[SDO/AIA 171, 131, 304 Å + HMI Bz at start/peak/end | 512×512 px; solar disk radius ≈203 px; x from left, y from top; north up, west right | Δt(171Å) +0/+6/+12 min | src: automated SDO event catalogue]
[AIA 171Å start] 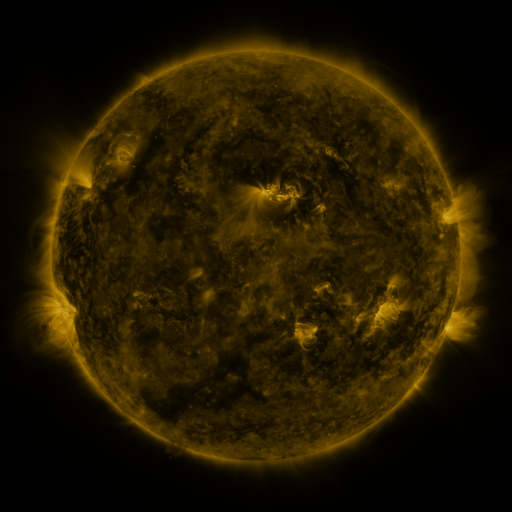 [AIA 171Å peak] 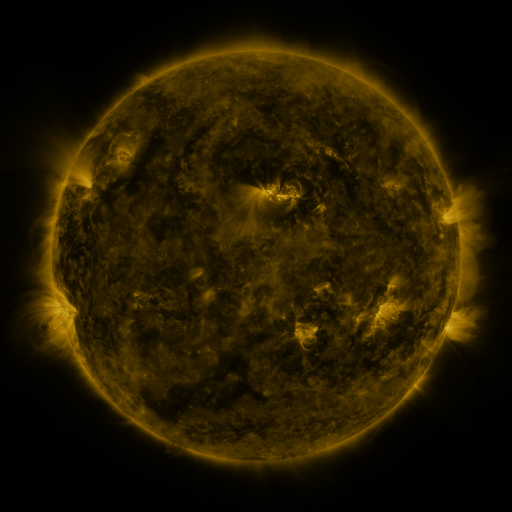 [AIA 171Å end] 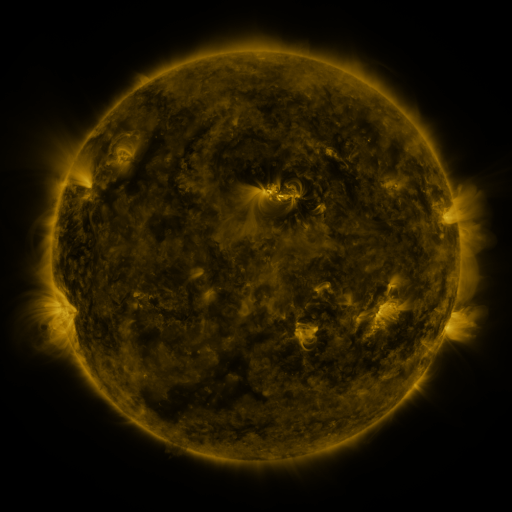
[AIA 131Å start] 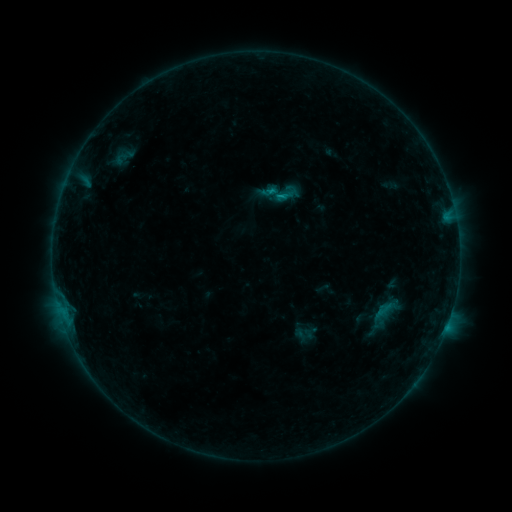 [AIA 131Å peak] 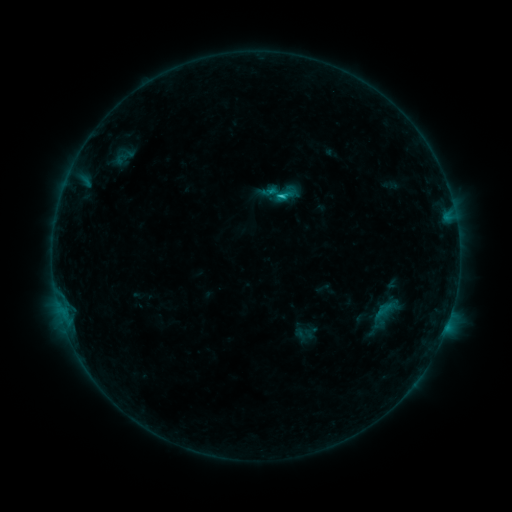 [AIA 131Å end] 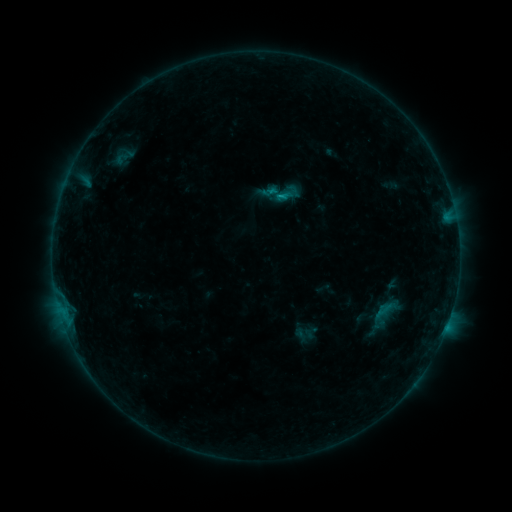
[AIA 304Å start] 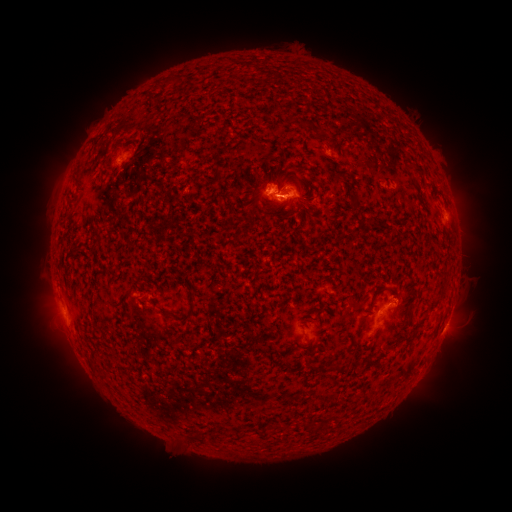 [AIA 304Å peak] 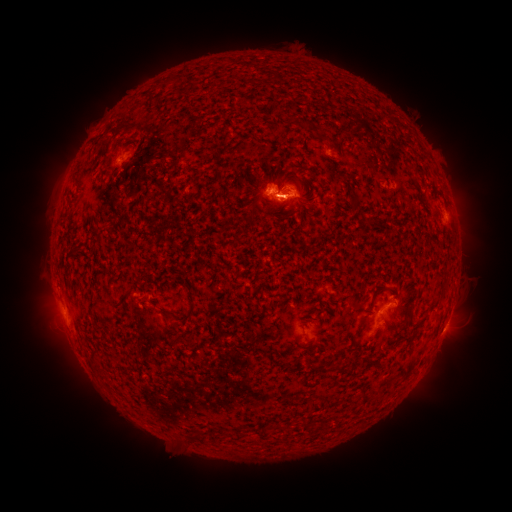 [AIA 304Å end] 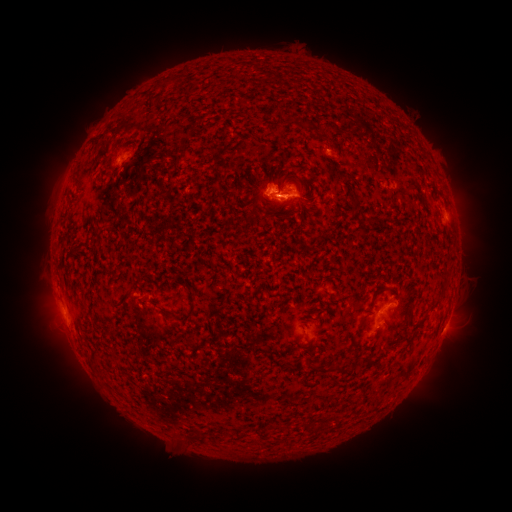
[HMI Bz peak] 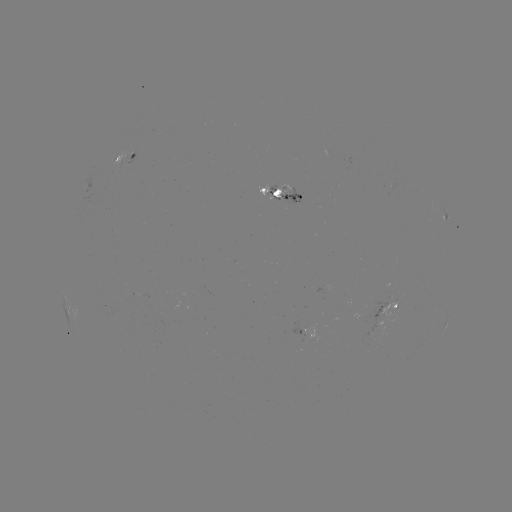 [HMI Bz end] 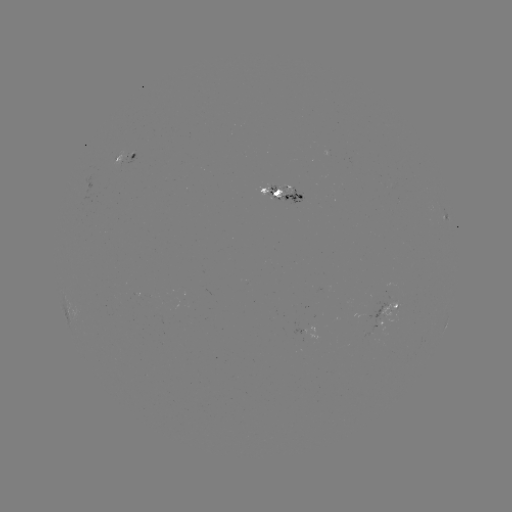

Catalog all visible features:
C1.1 flare: (280, 199)
